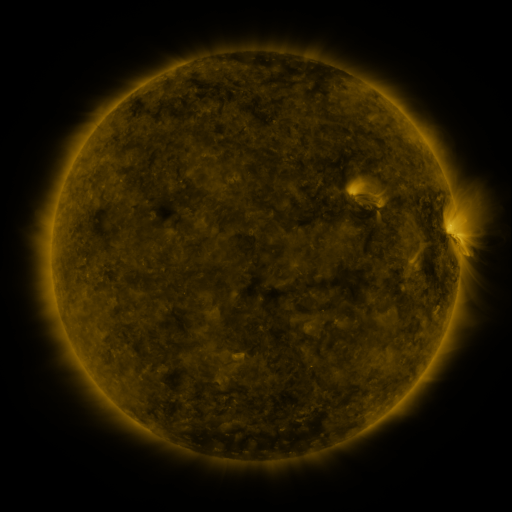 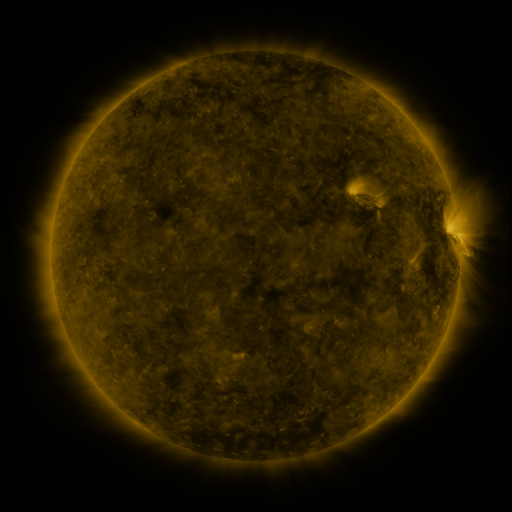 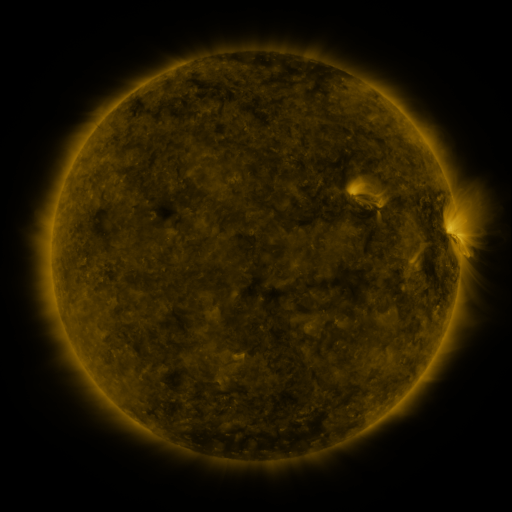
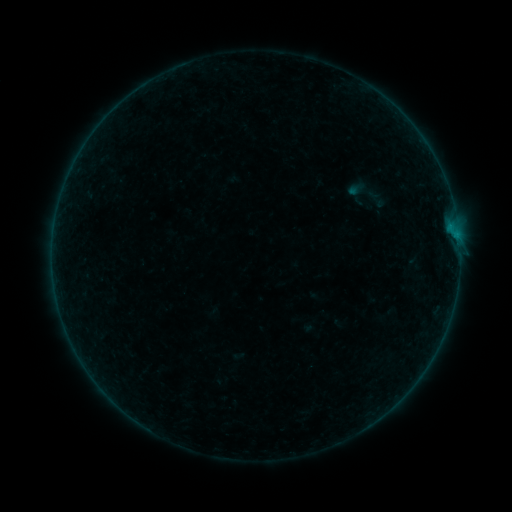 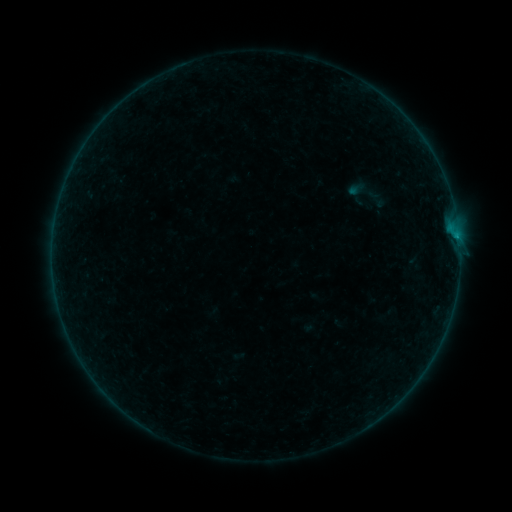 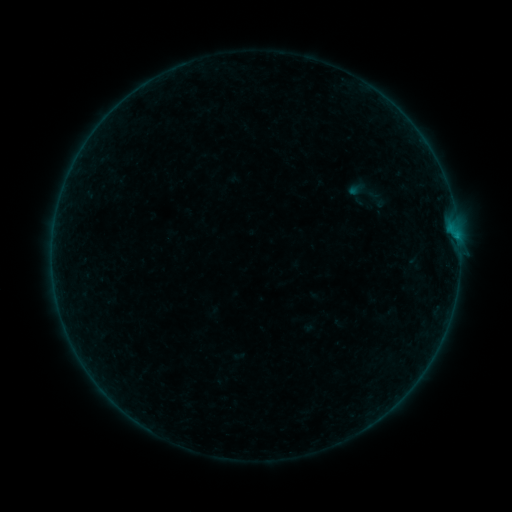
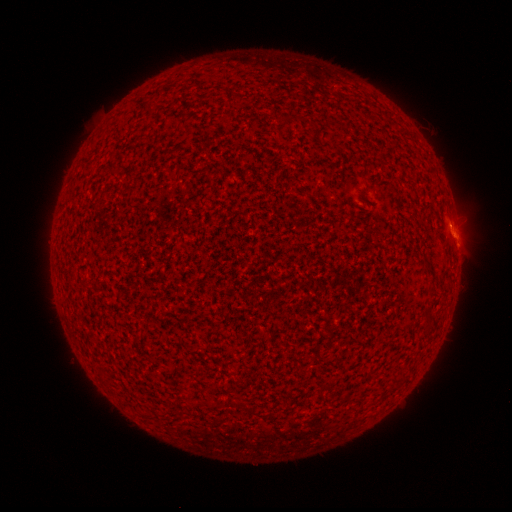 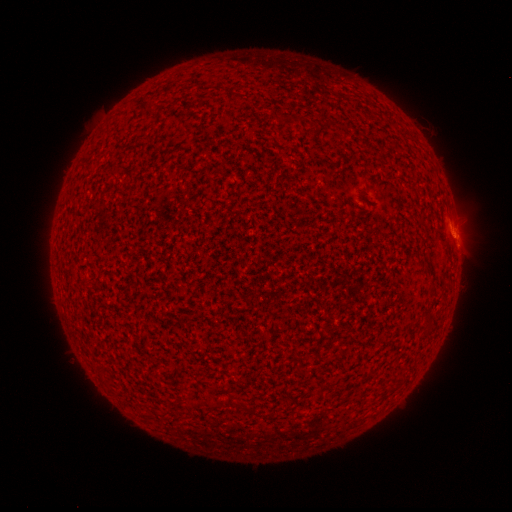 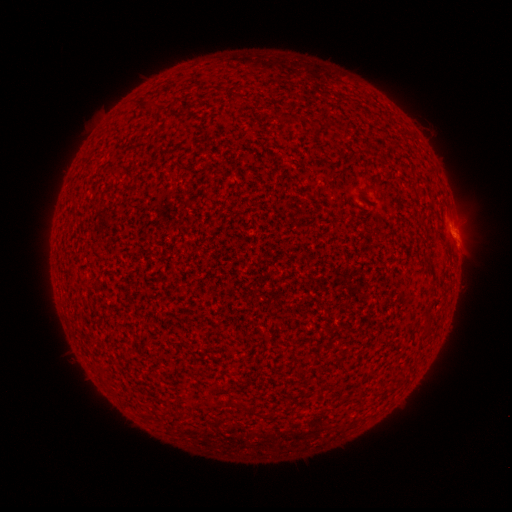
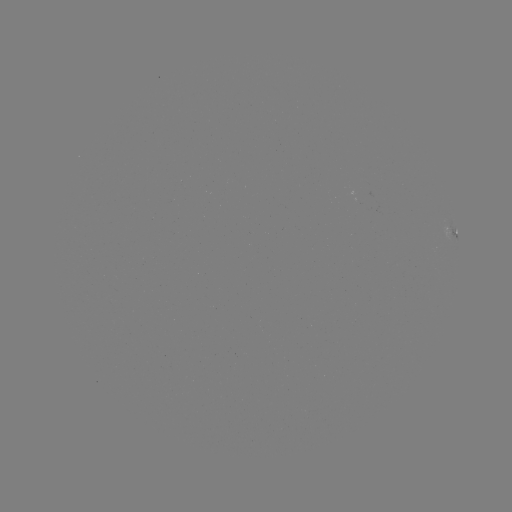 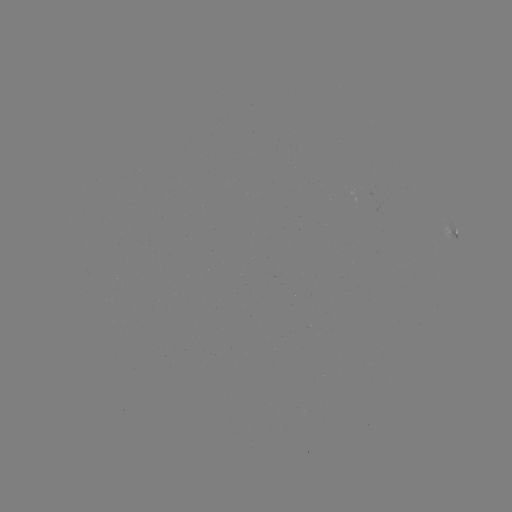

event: flare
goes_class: B1.7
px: (456, 239)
